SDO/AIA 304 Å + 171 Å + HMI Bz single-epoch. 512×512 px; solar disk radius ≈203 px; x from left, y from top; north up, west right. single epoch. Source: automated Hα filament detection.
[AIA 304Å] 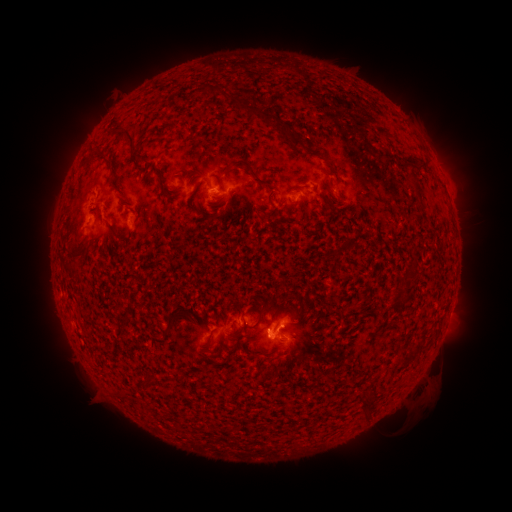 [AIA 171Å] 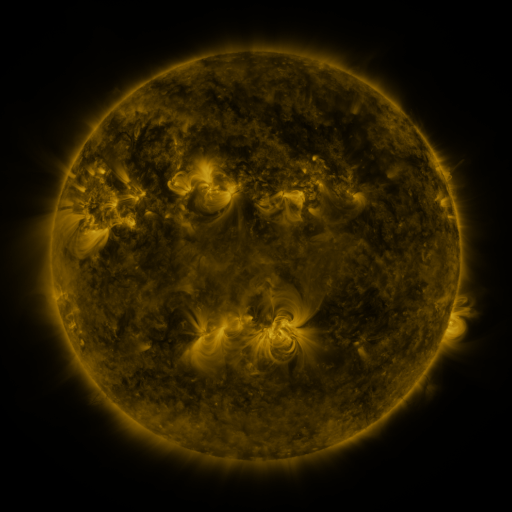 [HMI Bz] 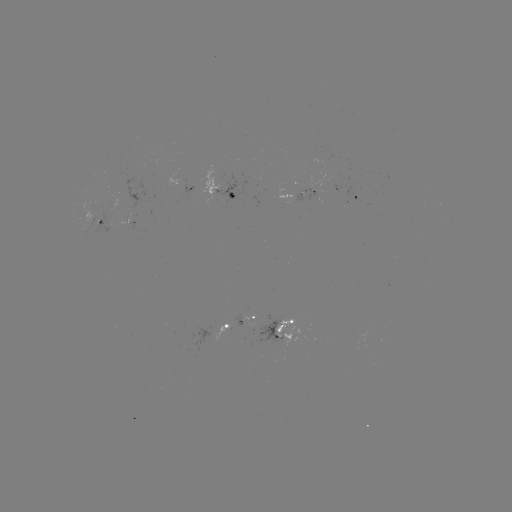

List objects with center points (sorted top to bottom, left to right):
filament: (270, 121)
filament: (130, 138)
filament: (98, 151)
filament: (422, 166)
filament: (332, 170)
filament: (161, 174)
filament: (254, 175)
filament: (115, 186)
filament: (418, 187)
filament: (331, 189)
filament: (330, 206)
filament: (130, 208)
filament: (113, 230)
filament: (131, 235)
filament: (354, 245)
filament: (198, 307)
filament: (179, 314)
filament: (219, 316)
filament: (260, 317)
filament: (298, 318)
filament: (211, 380)
filament: (149, 381)
filament: (367, 404)
